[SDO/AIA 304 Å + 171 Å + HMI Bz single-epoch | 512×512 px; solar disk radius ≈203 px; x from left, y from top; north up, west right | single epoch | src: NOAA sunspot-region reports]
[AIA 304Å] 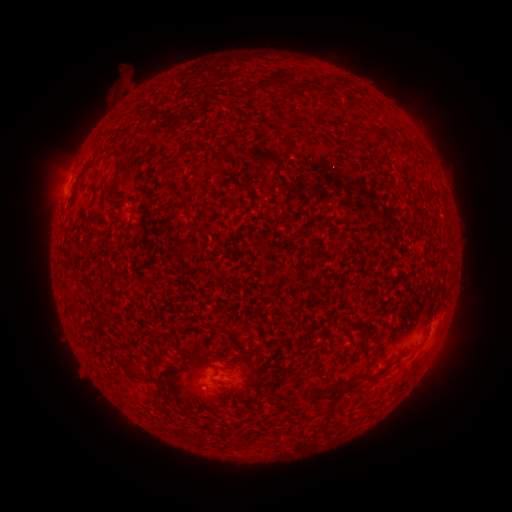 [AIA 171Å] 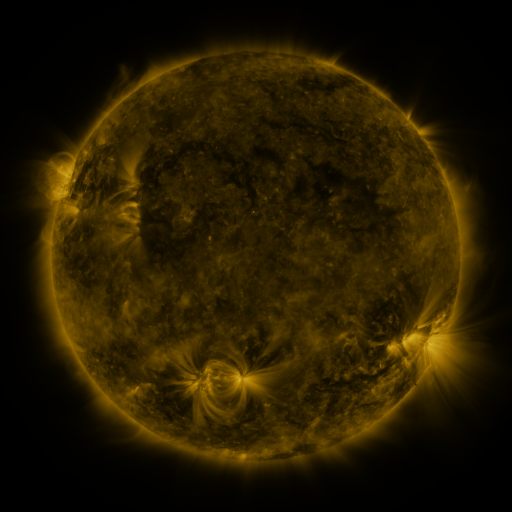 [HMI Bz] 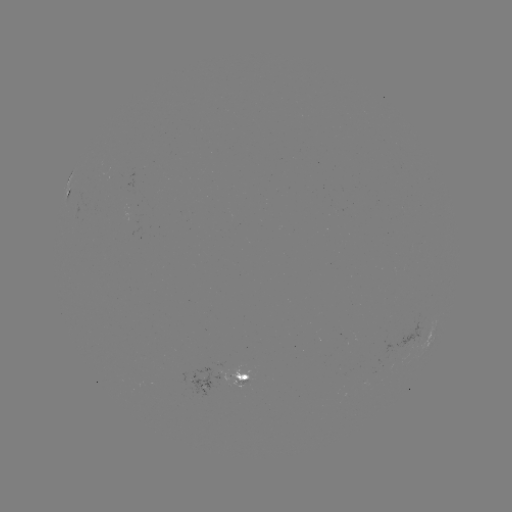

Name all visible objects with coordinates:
spotted active region: (70, 196)
spotted active region: (432, 339)
spotted active region: (213, 378)
